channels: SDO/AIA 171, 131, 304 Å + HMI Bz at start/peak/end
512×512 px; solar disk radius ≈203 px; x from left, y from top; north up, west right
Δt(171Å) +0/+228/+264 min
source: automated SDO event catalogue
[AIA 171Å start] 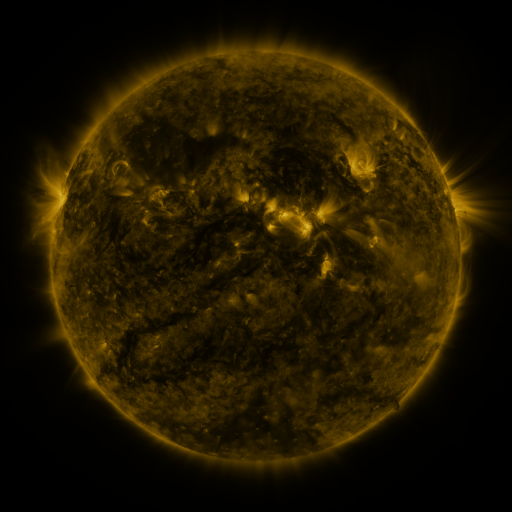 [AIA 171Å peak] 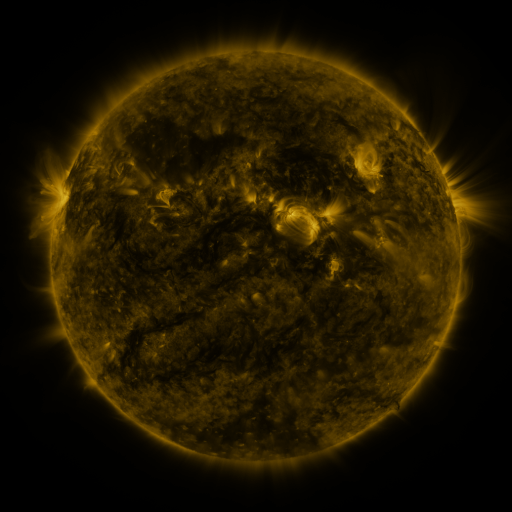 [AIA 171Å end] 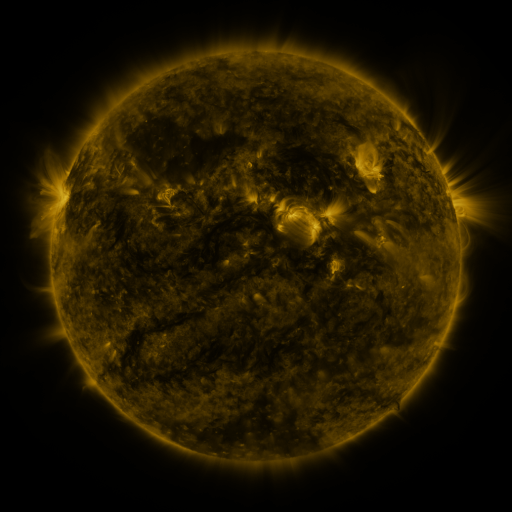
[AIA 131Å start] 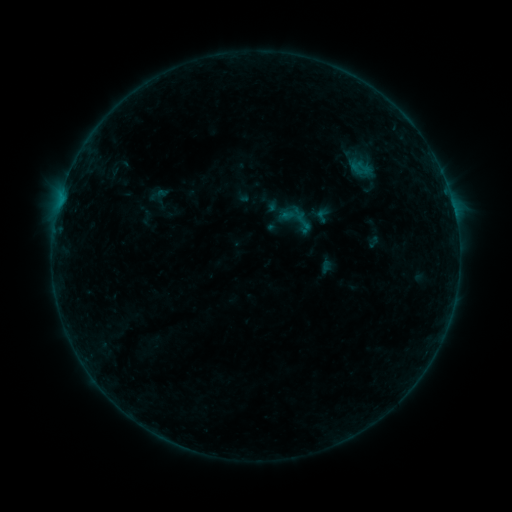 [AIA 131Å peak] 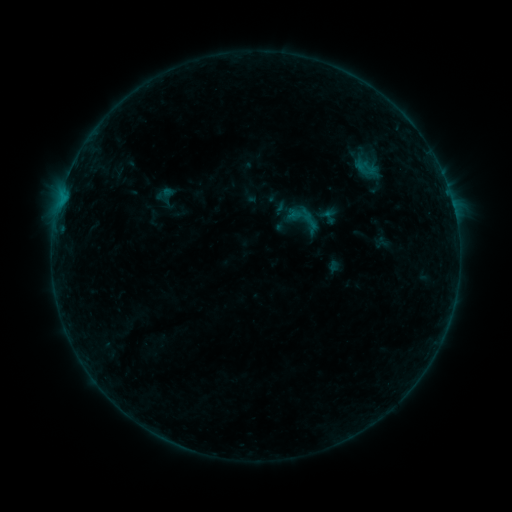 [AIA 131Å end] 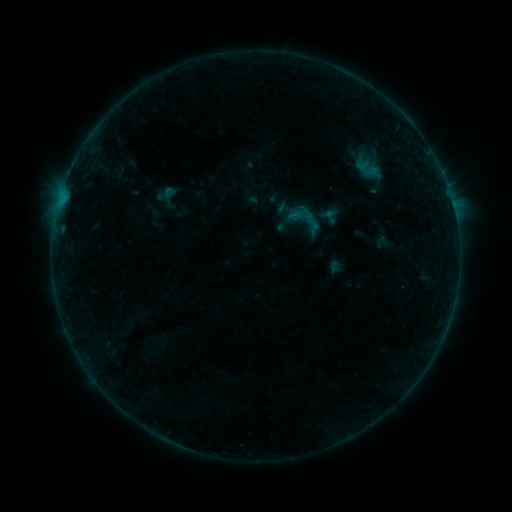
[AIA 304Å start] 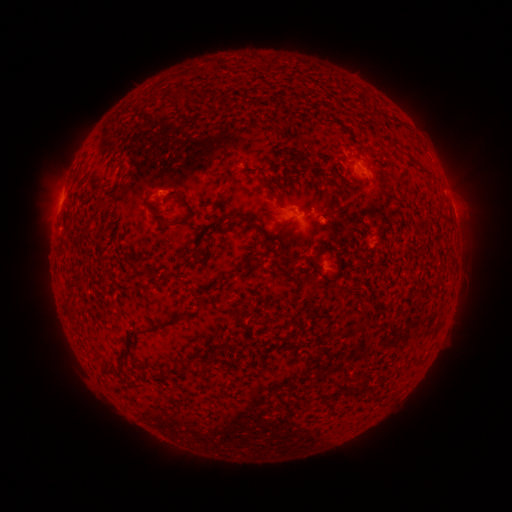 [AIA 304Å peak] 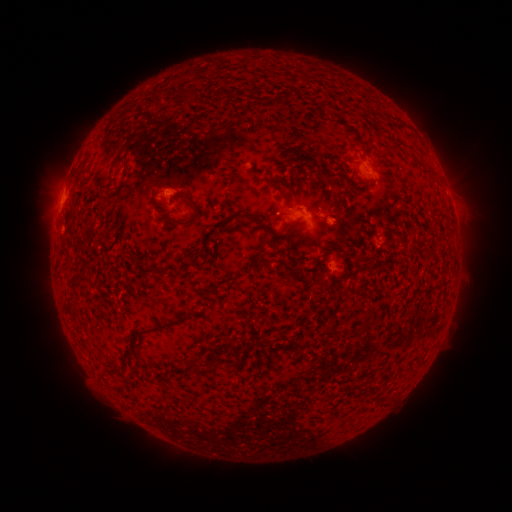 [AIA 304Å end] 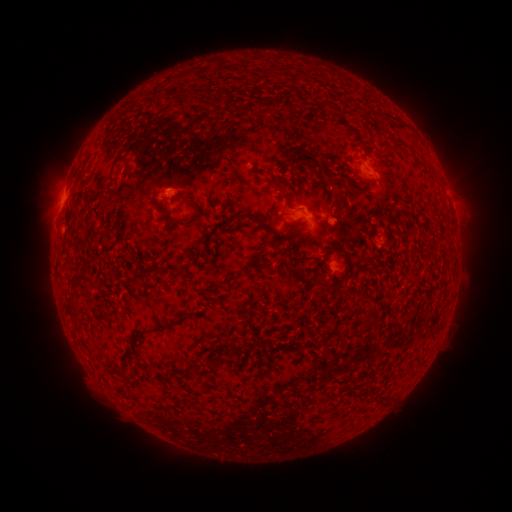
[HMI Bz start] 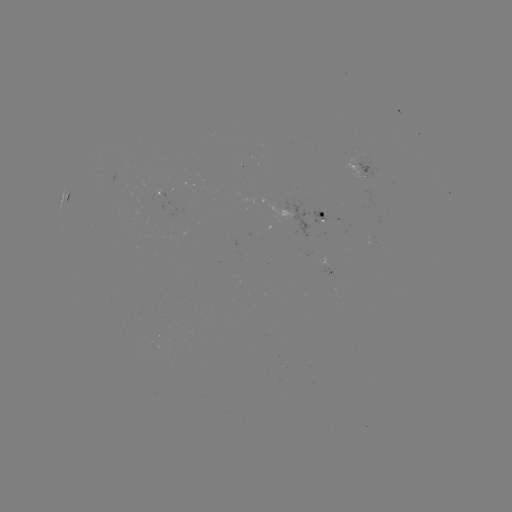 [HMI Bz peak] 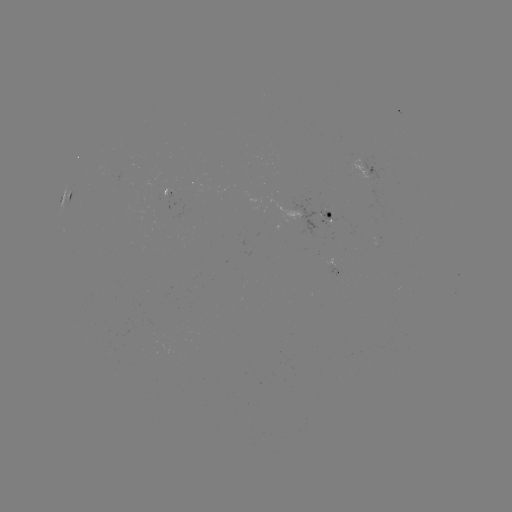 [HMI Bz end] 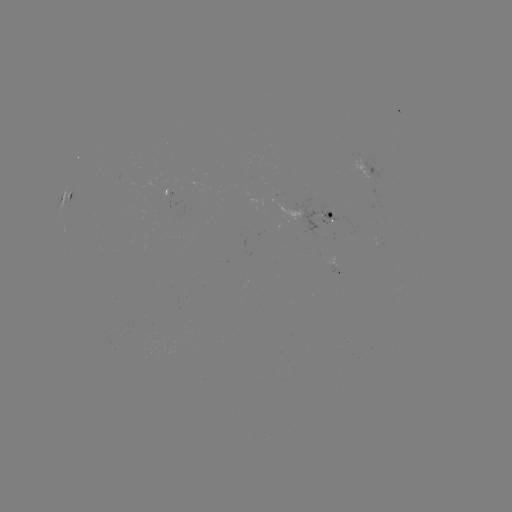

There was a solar emerging-flux region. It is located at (173, 195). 